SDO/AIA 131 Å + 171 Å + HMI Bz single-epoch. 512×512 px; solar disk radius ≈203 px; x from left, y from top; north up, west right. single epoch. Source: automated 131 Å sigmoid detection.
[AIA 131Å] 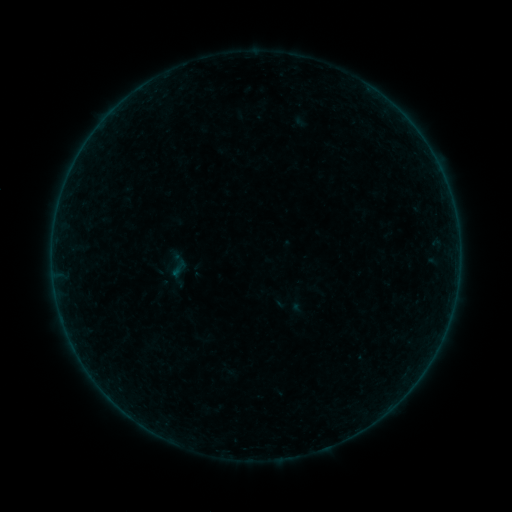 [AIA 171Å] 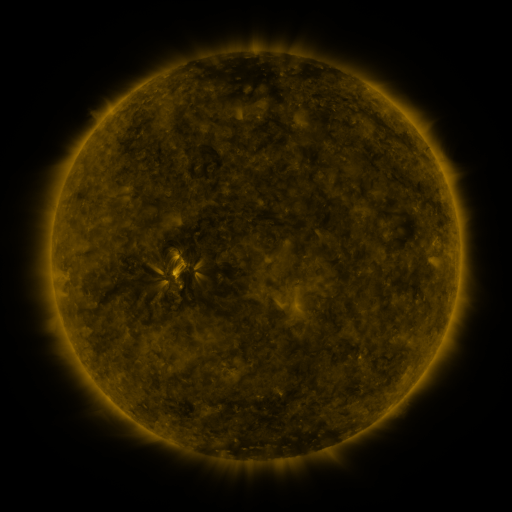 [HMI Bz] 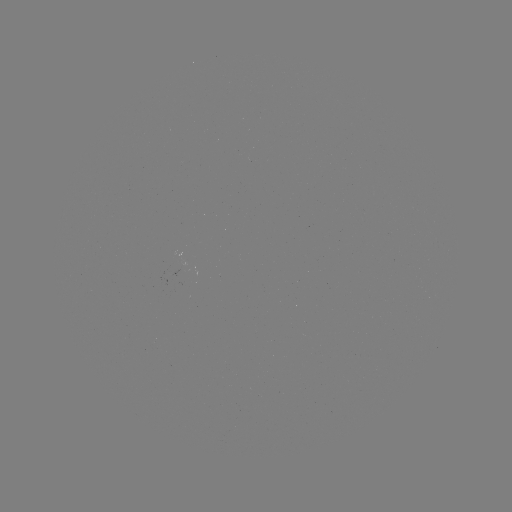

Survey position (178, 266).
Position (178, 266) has sigmoid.